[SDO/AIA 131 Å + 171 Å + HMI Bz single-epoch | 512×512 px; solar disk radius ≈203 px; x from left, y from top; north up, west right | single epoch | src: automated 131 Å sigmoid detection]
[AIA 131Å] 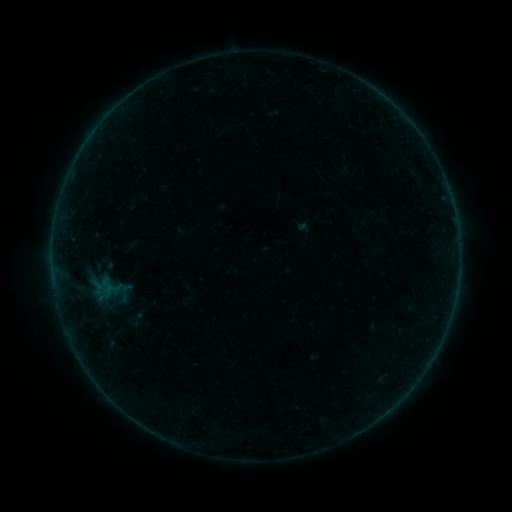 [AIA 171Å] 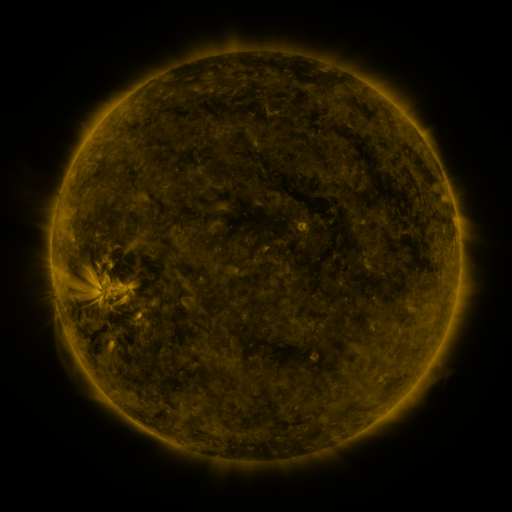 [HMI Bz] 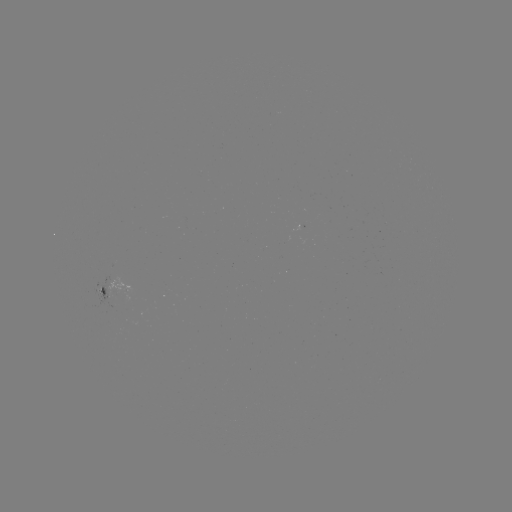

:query sigmoid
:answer [99, 295]